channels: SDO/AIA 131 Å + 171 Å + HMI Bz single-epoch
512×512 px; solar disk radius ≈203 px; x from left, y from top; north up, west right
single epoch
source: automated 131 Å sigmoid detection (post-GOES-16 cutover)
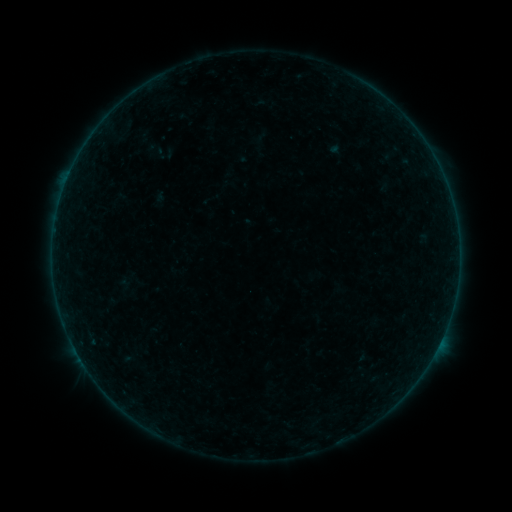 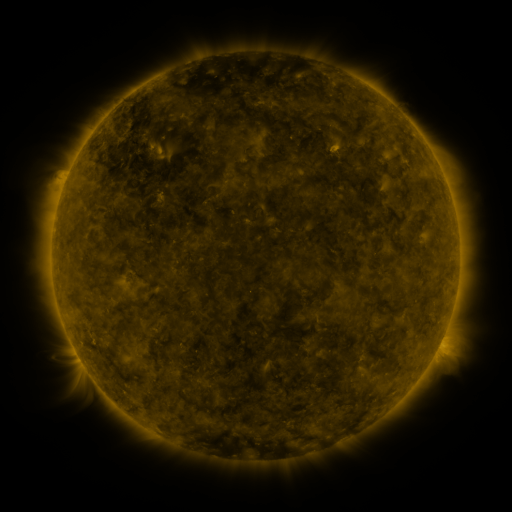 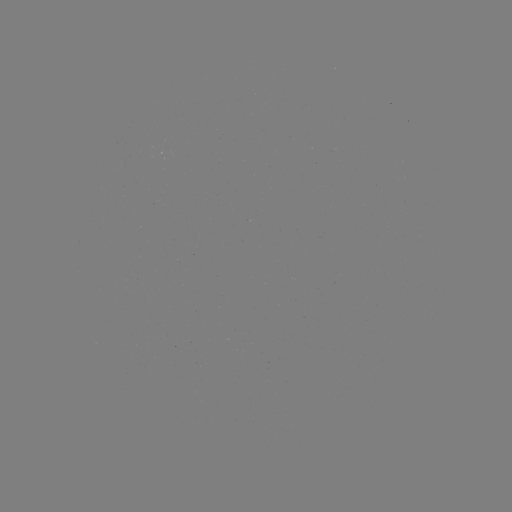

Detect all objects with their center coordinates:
sigmoid: (118, 269, 139, 290)
